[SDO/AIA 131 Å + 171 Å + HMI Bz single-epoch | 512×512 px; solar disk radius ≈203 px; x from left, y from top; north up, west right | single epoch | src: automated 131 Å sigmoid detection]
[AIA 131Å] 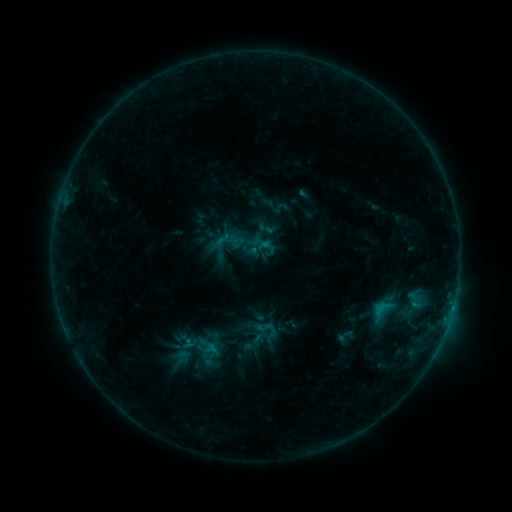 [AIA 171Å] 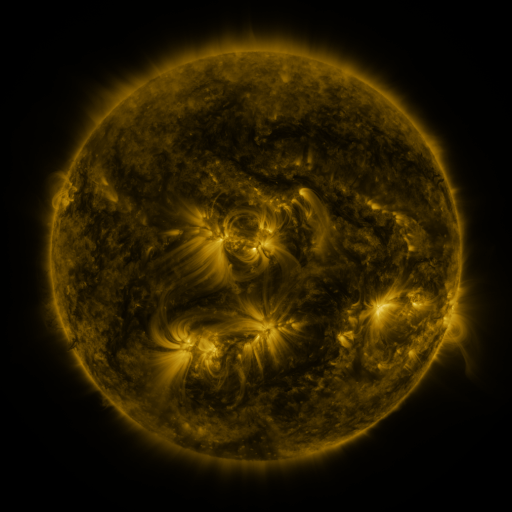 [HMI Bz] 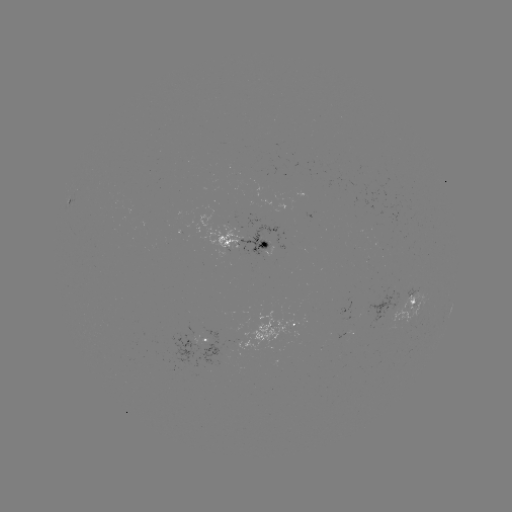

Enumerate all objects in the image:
sigmoid: [212, 224, 246, 259]
sigmoid: [253, 316, 279, 342]
